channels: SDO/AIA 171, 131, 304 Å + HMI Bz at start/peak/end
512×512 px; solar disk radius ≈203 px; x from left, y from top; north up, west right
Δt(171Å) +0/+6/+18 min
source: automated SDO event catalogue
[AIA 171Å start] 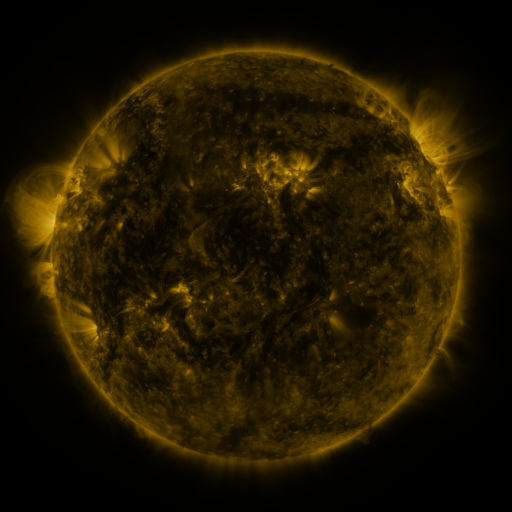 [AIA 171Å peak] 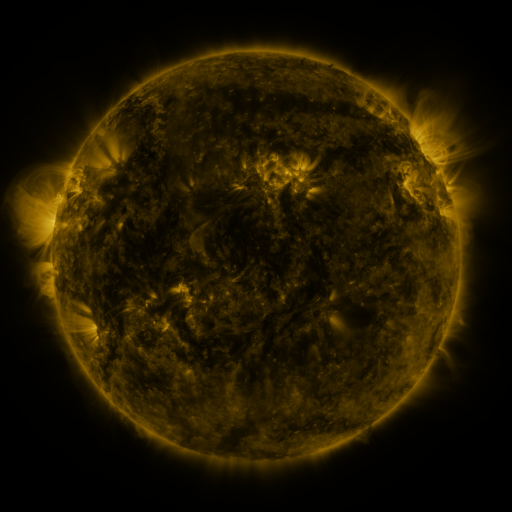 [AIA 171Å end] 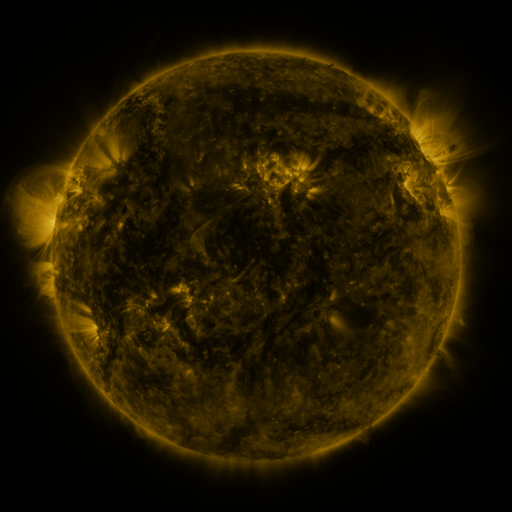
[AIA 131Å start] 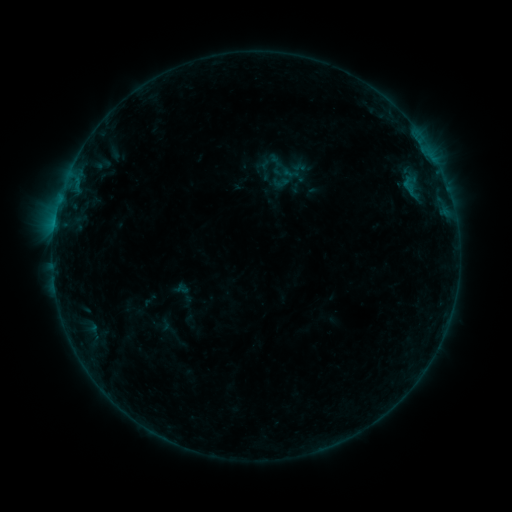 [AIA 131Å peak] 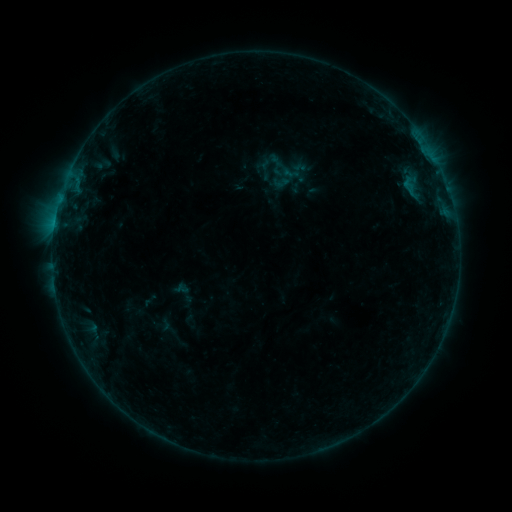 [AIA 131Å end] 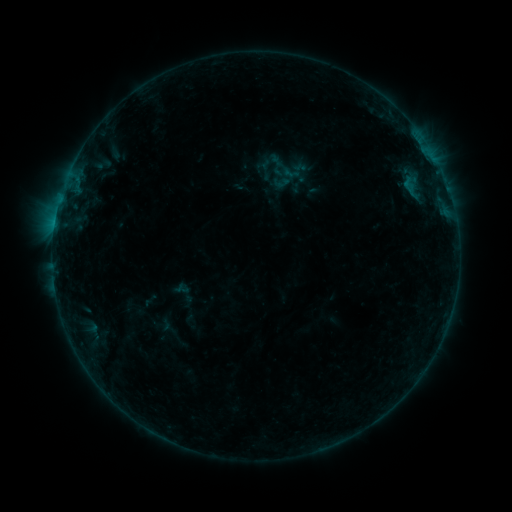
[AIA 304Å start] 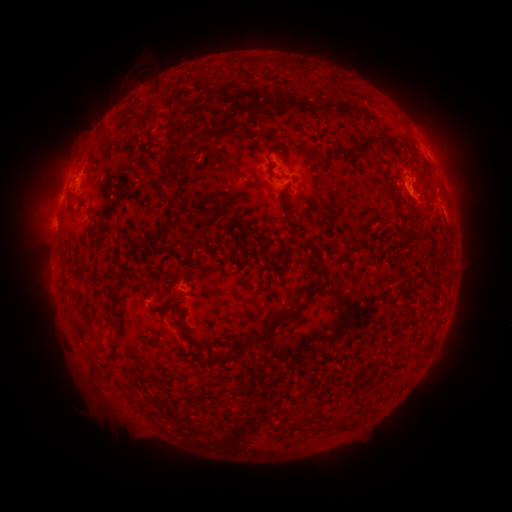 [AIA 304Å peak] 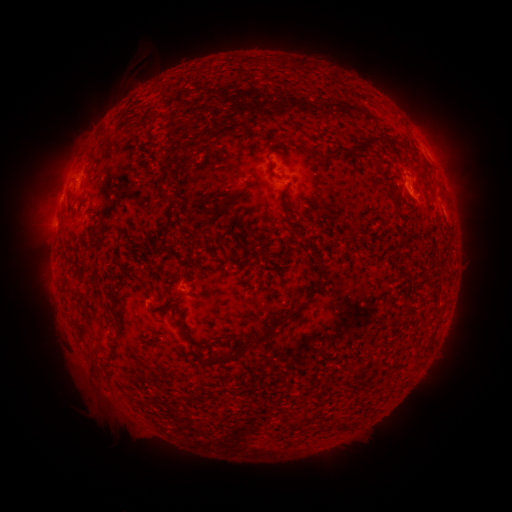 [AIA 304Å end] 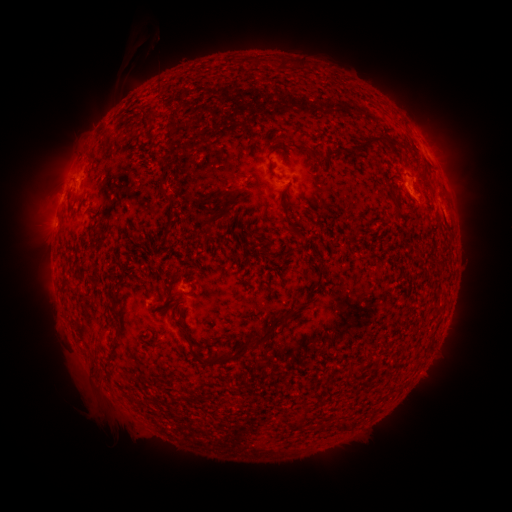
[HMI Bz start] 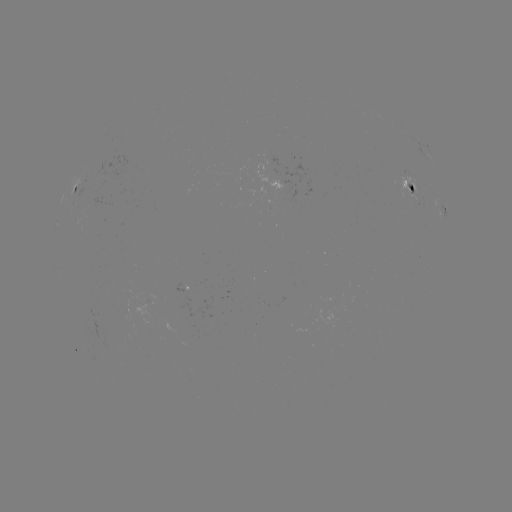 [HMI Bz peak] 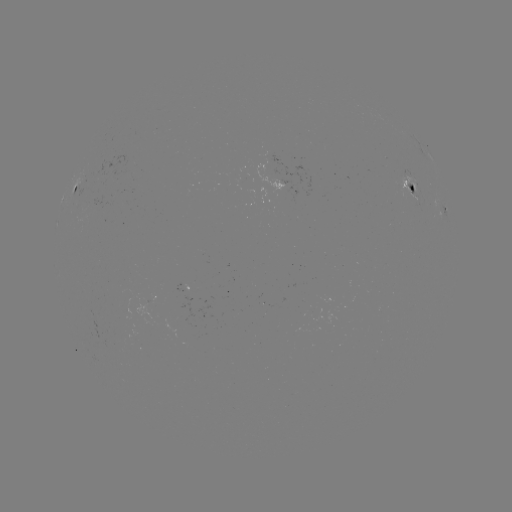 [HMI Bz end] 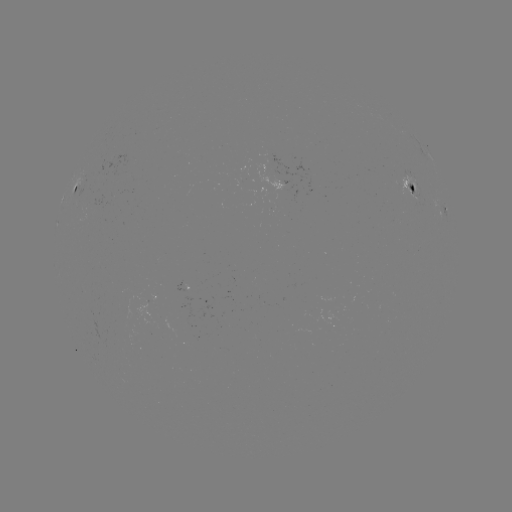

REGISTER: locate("eruption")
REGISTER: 145,71